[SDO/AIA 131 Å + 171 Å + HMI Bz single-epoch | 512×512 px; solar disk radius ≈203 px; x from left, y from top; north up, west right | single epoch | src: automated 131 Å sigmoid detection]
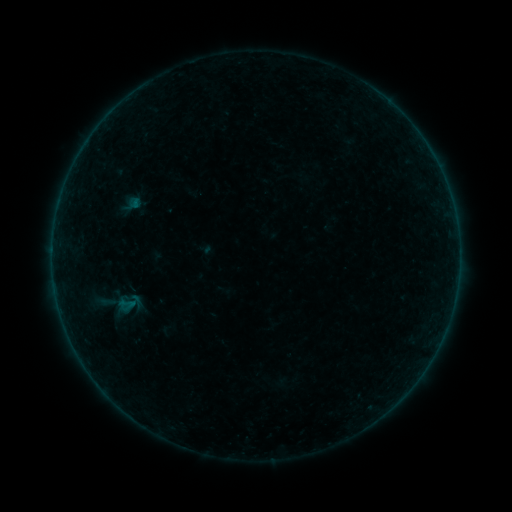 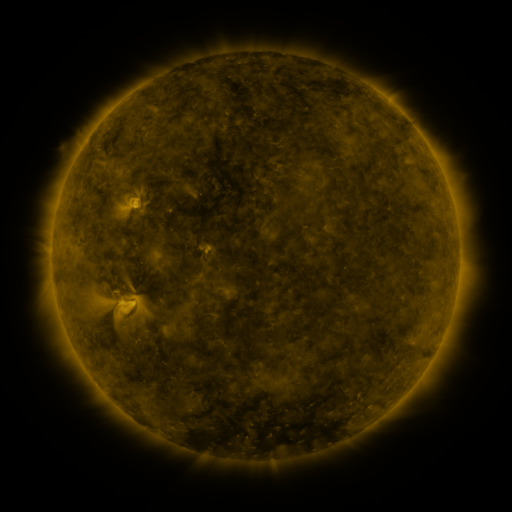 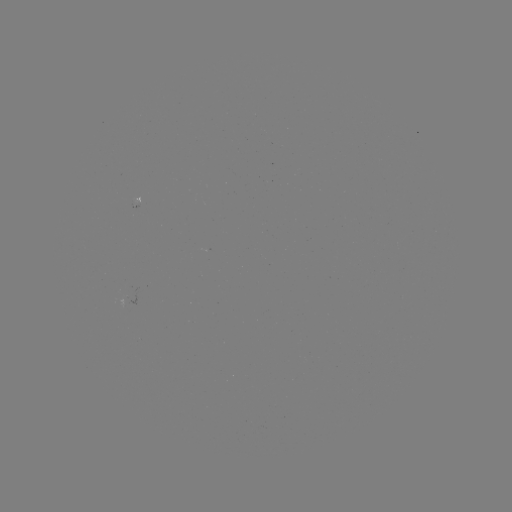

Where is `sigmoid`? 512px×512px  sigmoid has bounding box [113, 290, 145, 314].